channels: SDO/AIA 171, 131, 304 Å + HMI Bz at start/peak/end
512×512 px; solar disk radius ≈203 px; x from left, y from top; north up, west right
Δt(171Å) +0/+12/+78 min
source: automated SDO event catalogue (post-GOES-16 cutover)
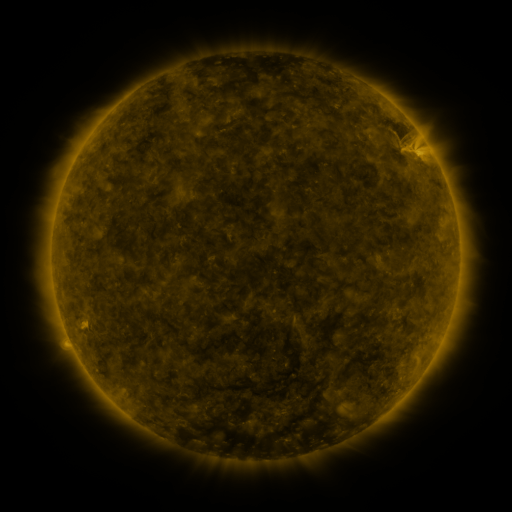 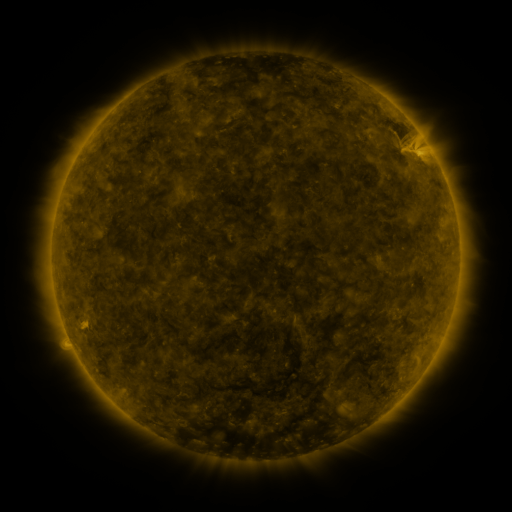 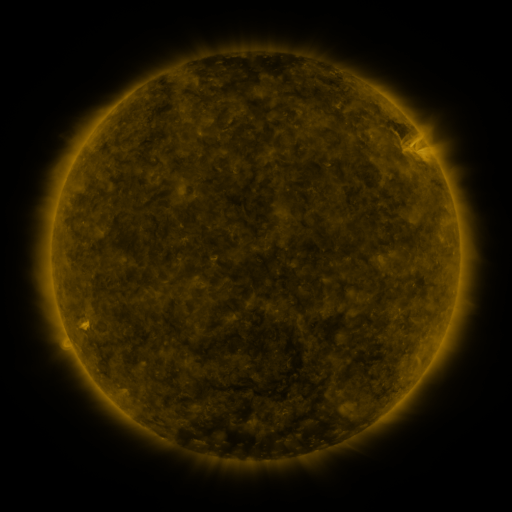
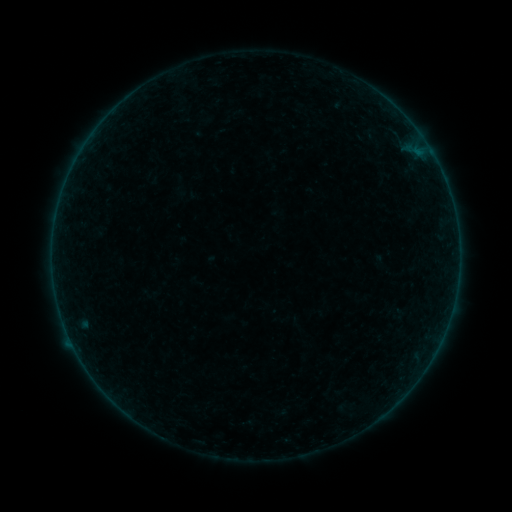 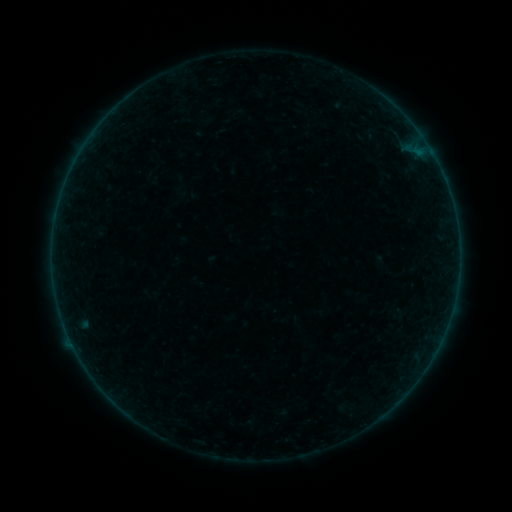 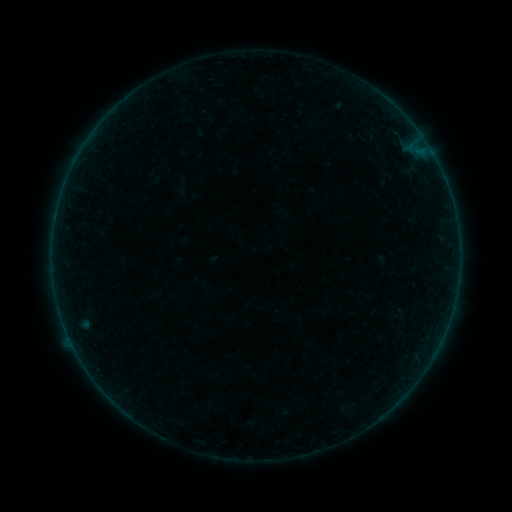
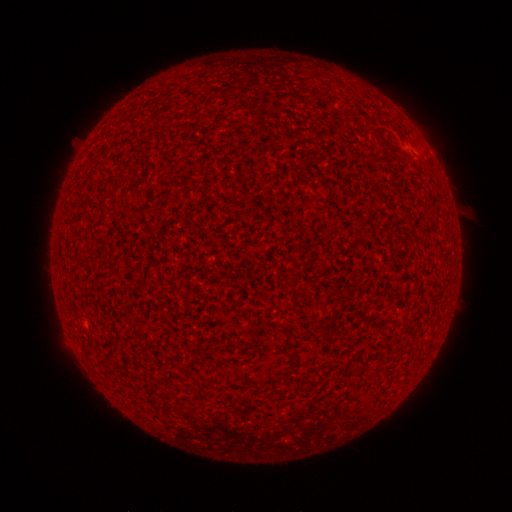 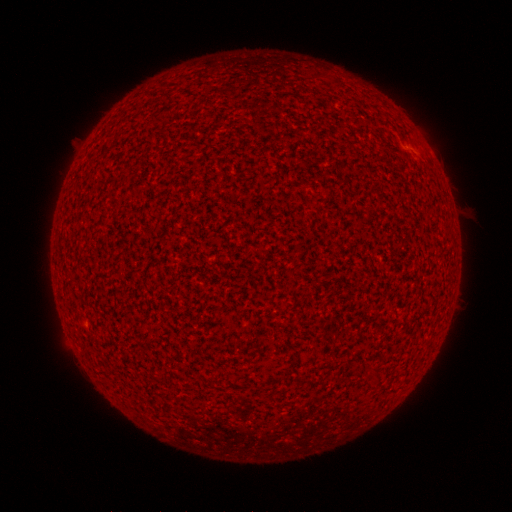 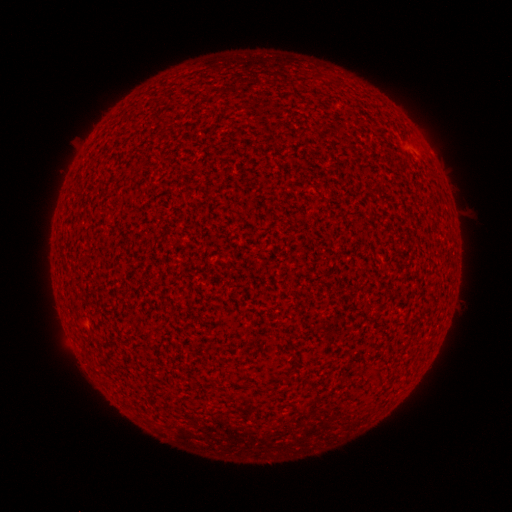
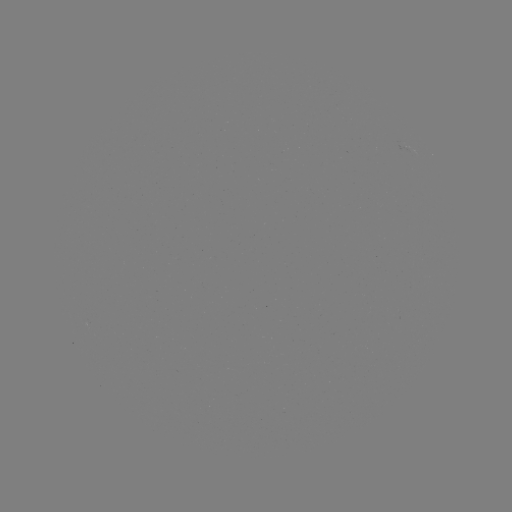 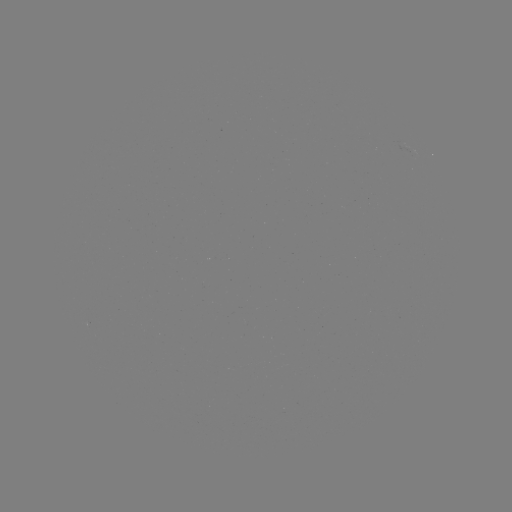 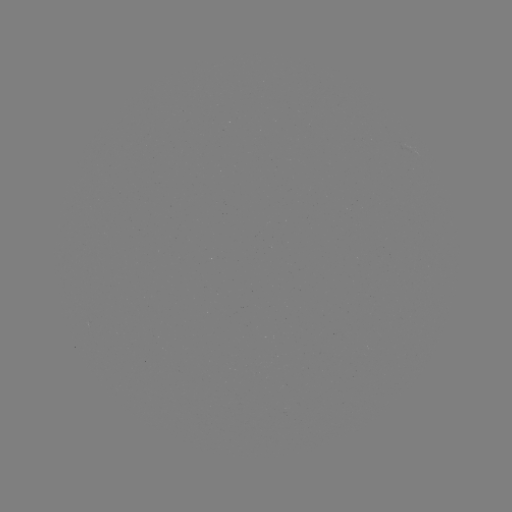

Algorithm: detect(A1.9 flare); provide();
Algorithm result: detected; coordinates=405,145